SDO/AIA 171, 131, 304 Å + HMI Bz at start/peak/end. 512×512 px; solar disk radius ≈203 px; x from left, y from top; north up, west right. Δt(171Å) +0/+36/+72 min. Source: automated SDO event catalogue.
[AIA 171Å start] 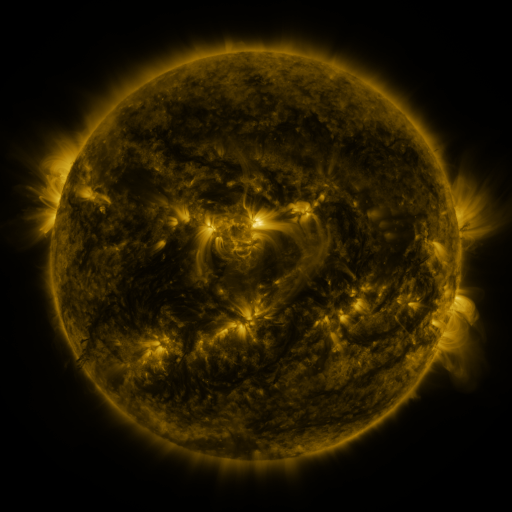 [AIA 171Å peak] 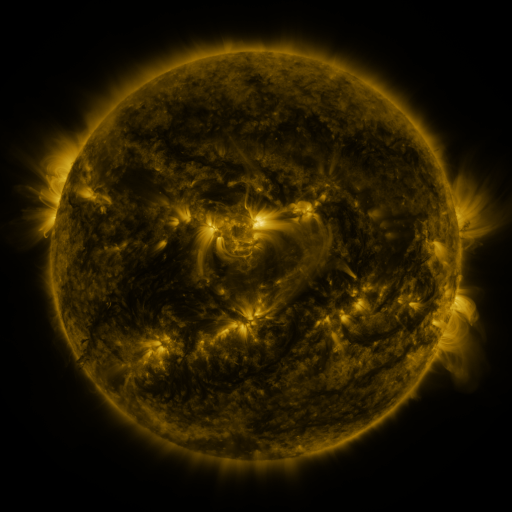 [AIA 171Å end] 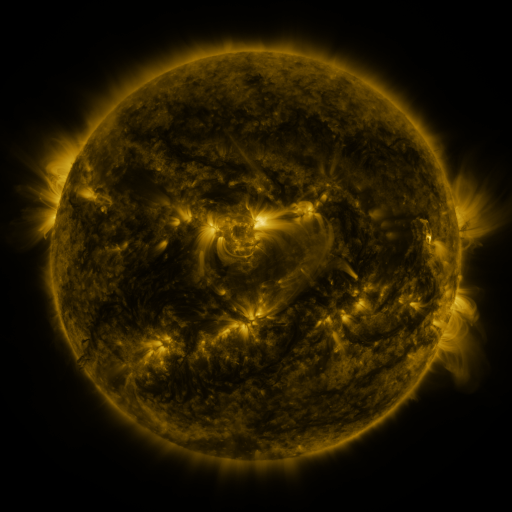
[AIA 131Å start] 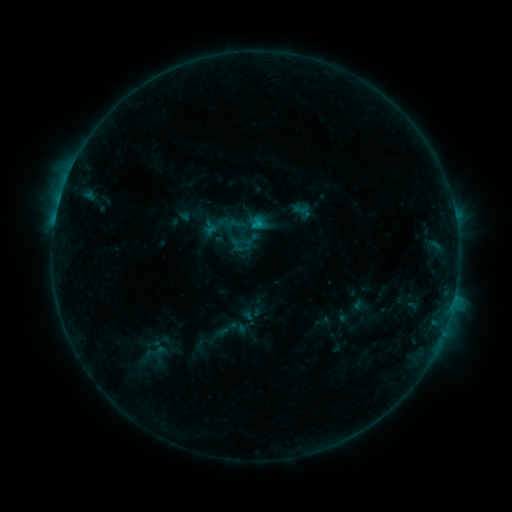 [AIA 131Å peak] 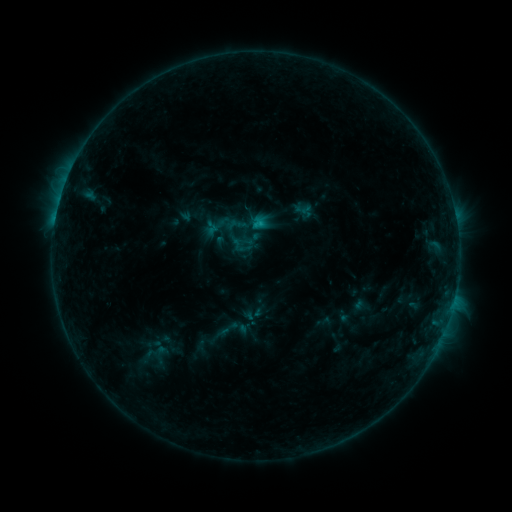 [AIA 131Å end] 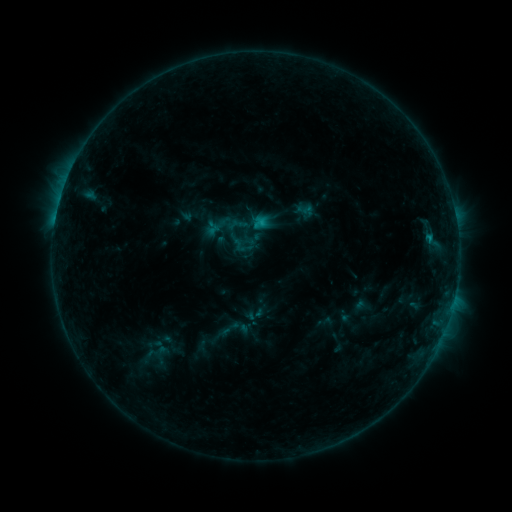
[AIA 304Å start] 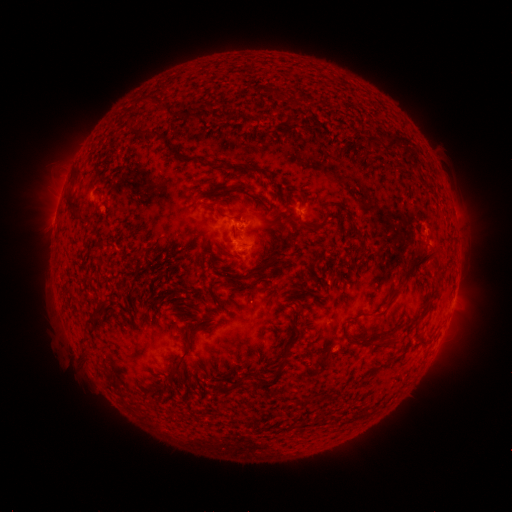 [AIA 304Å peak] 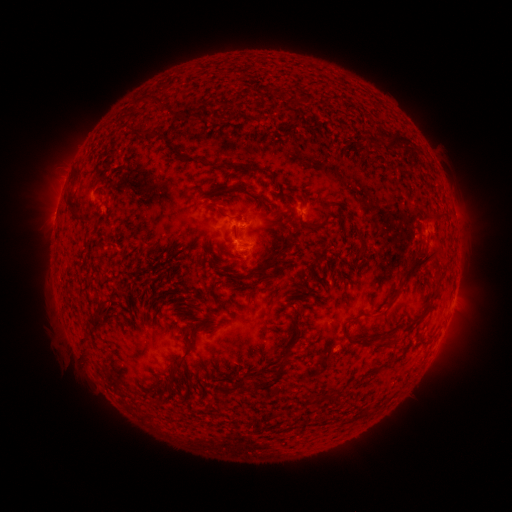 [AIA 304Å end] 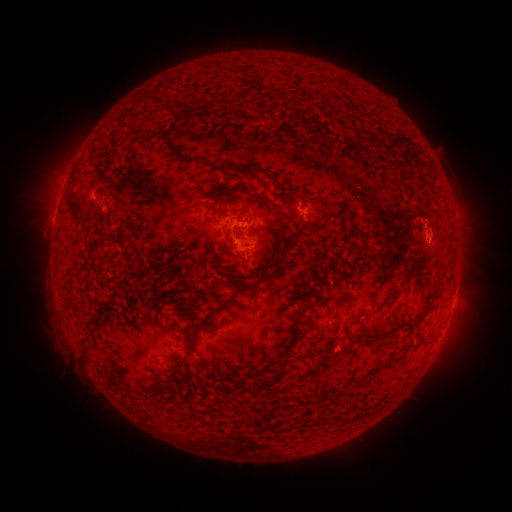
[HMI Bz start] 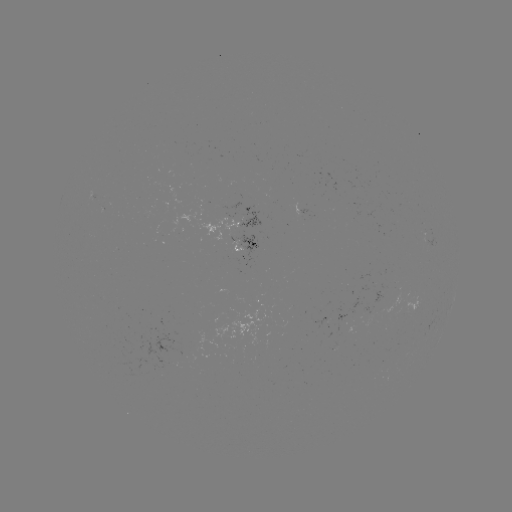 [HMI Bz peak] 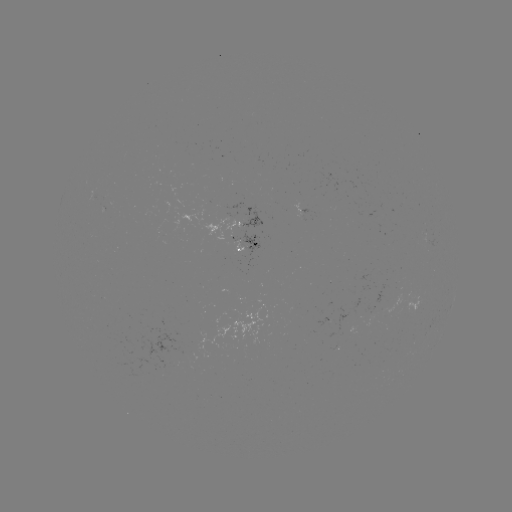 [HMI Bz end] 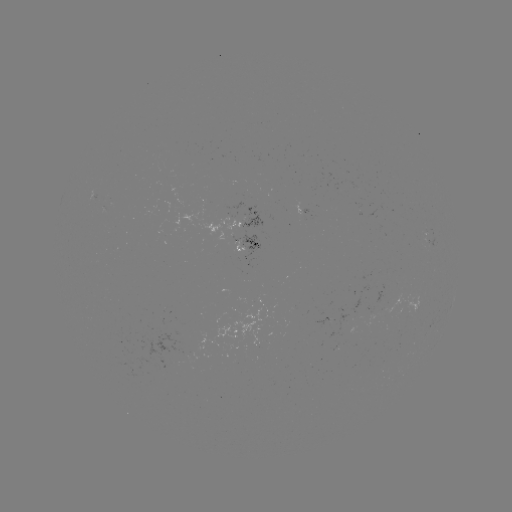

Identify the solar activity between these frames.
filament eruption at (435, 237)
